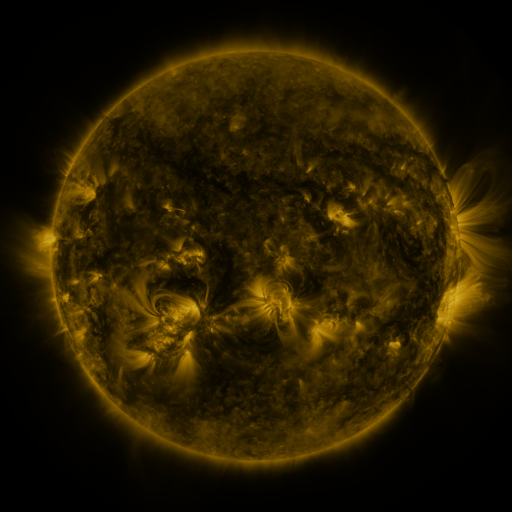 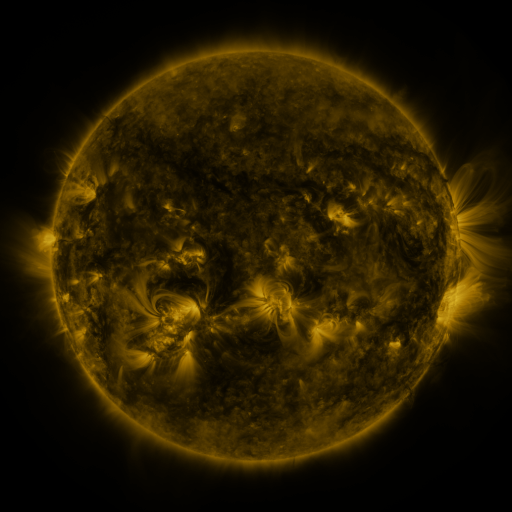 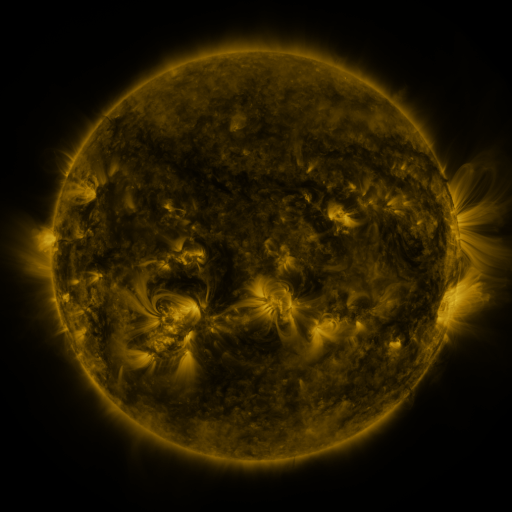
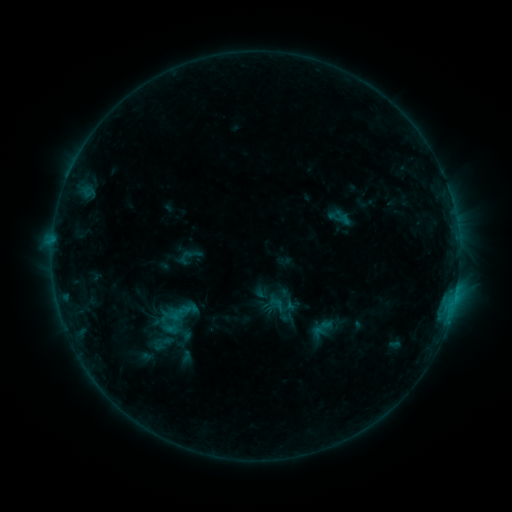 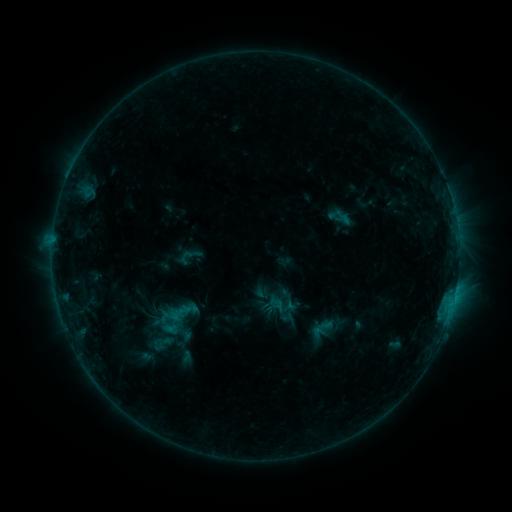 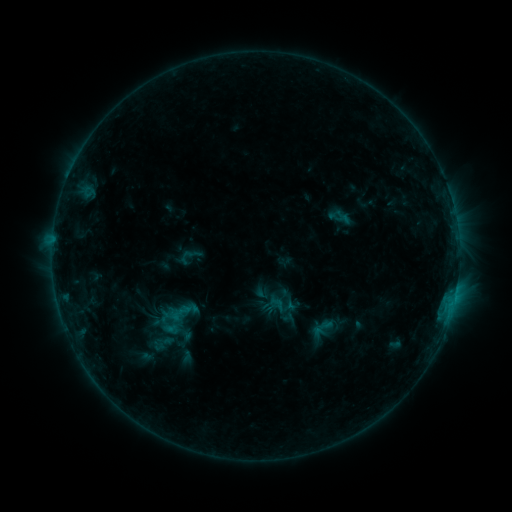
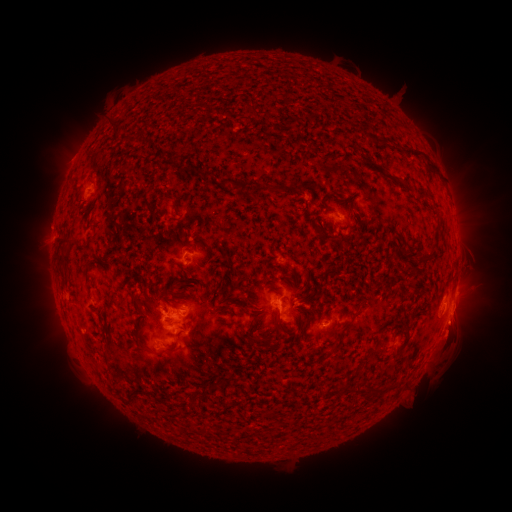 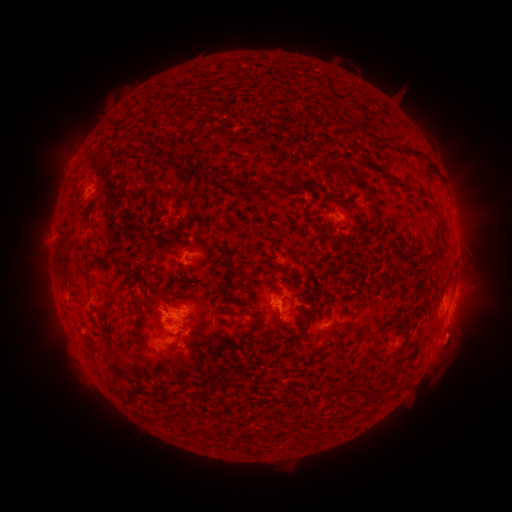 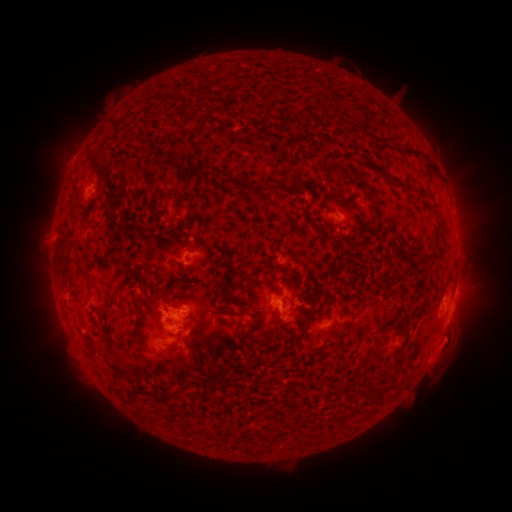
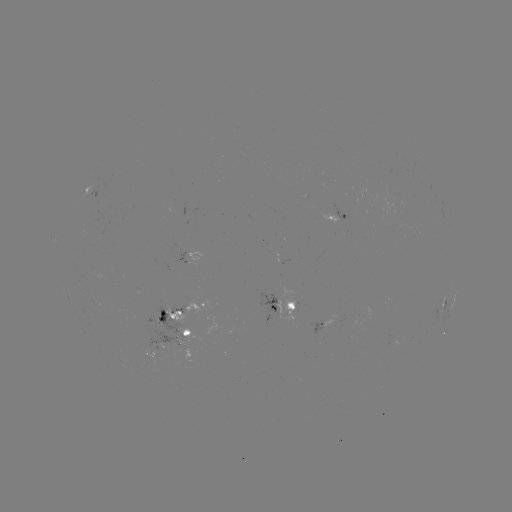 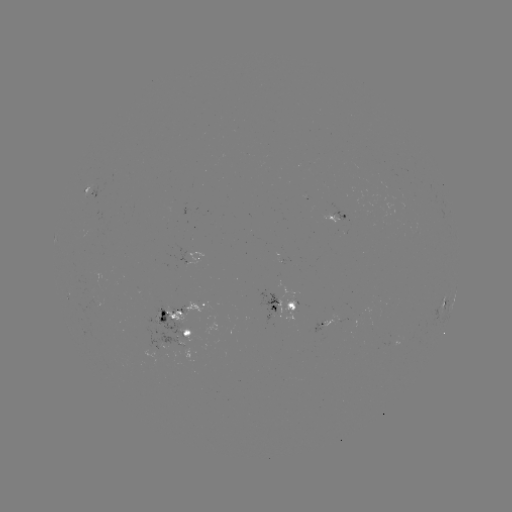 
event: eruption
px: (452, 343)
